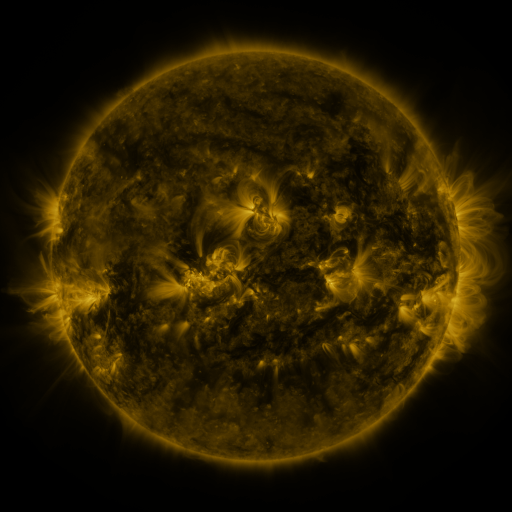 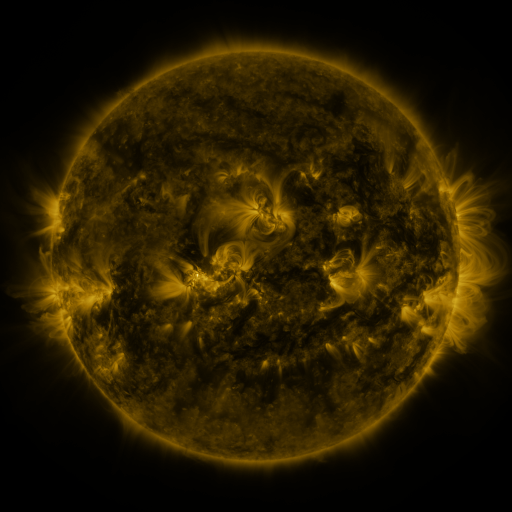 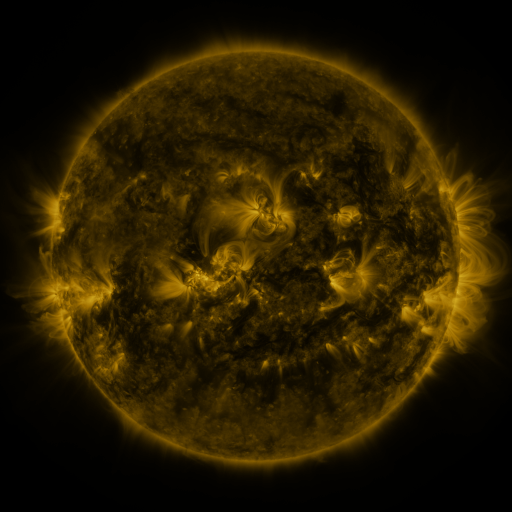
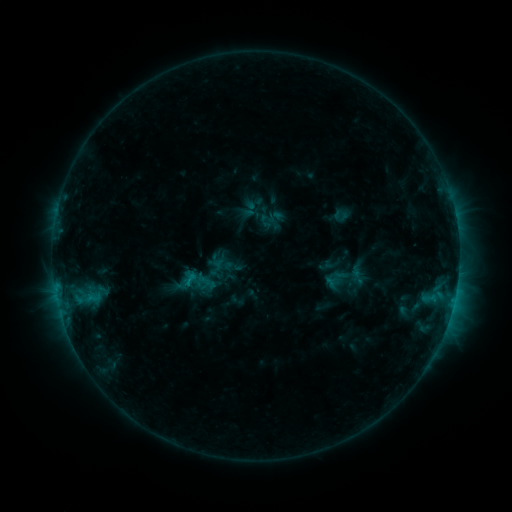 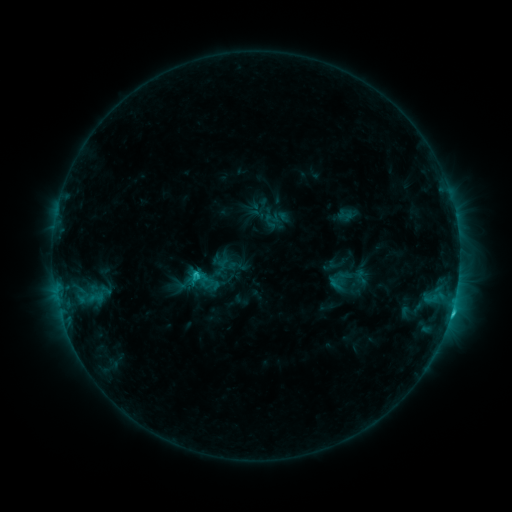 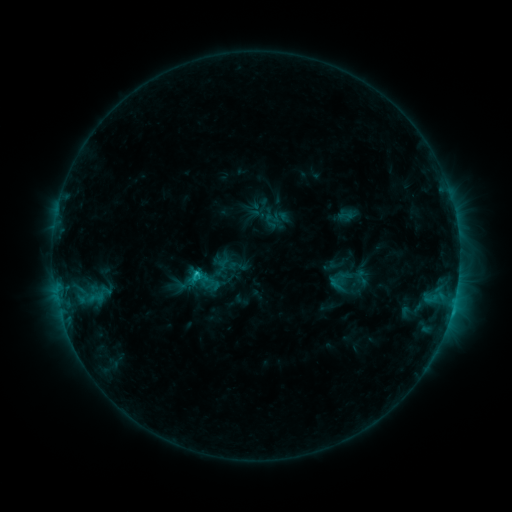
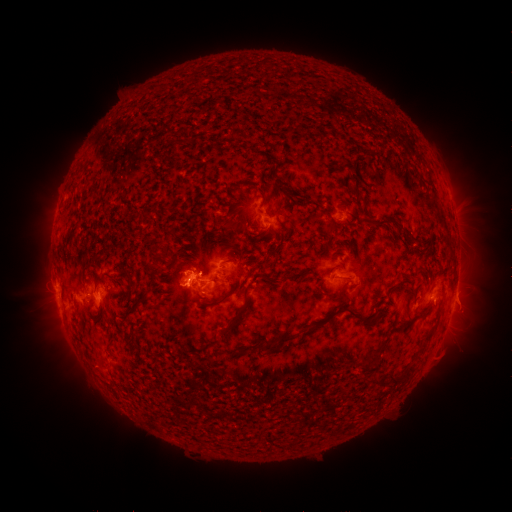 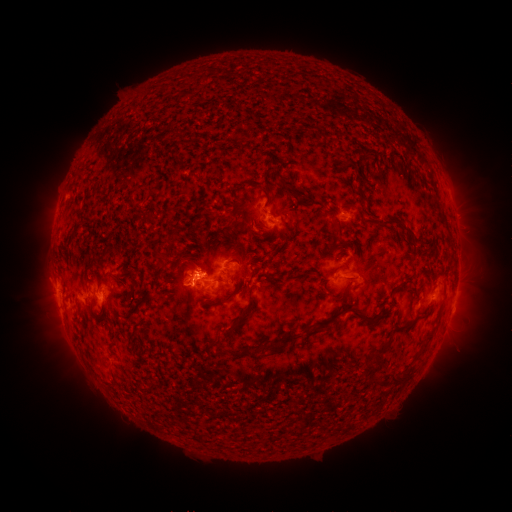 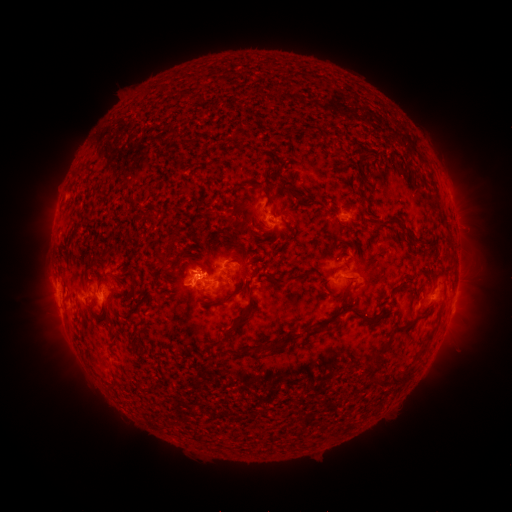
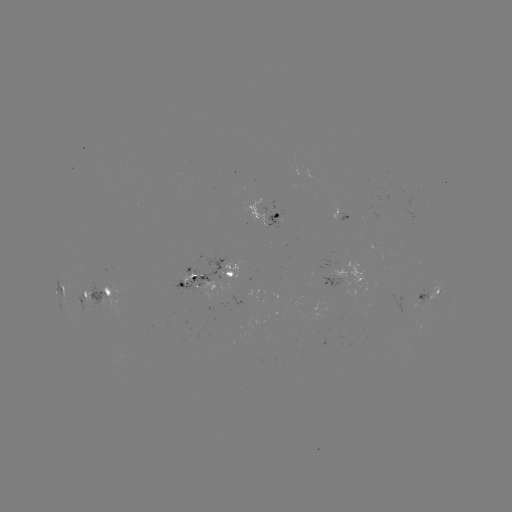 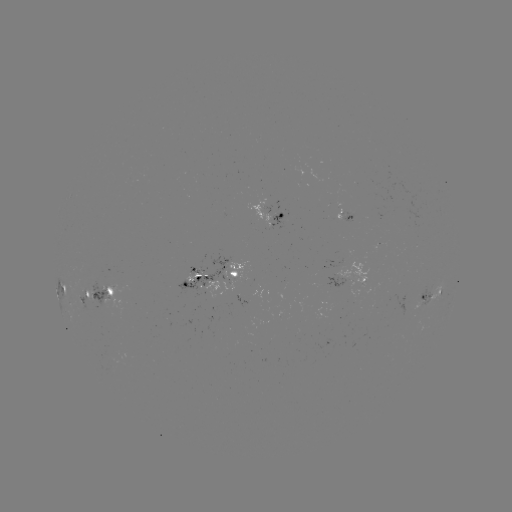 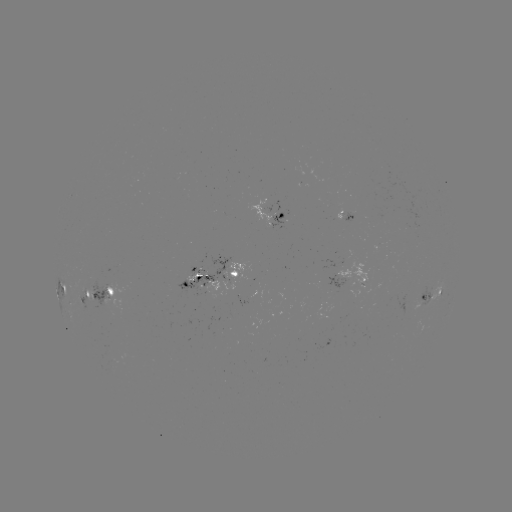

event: emerging-flux region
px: (196, 270)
